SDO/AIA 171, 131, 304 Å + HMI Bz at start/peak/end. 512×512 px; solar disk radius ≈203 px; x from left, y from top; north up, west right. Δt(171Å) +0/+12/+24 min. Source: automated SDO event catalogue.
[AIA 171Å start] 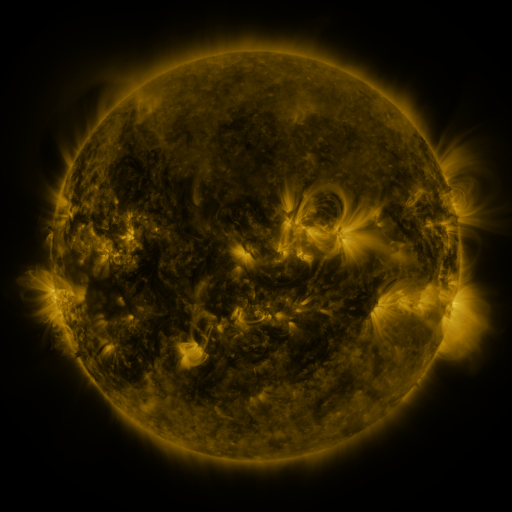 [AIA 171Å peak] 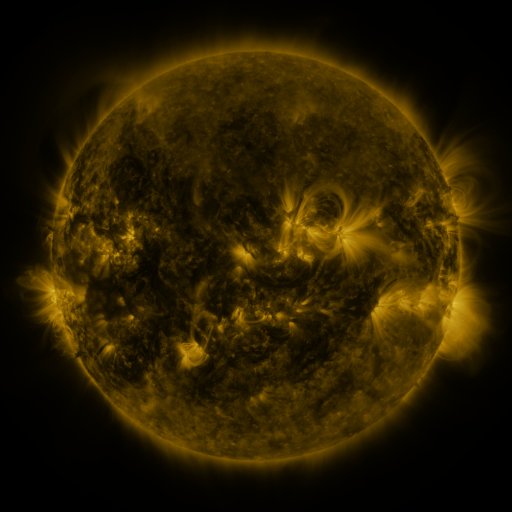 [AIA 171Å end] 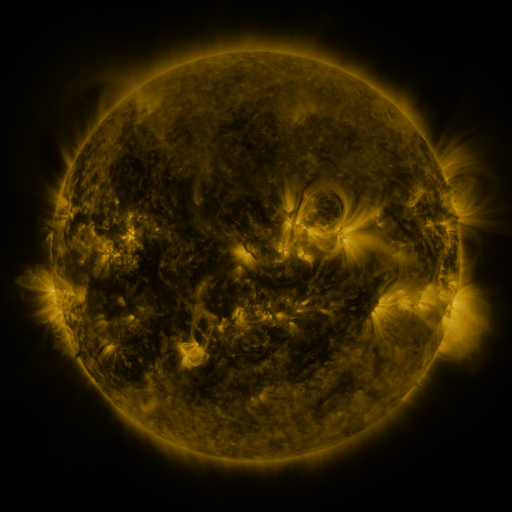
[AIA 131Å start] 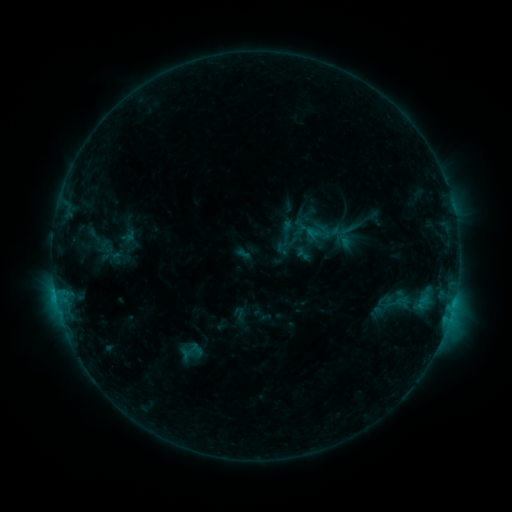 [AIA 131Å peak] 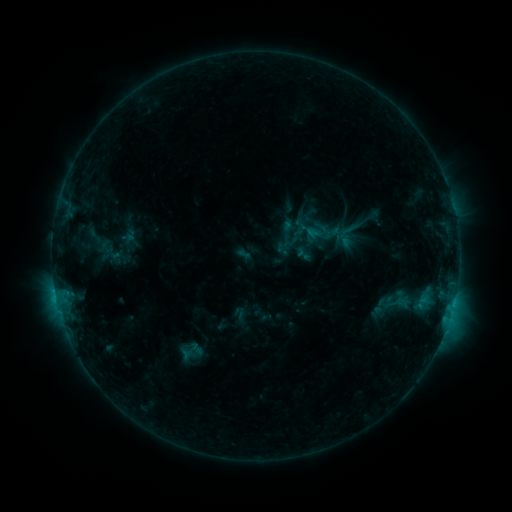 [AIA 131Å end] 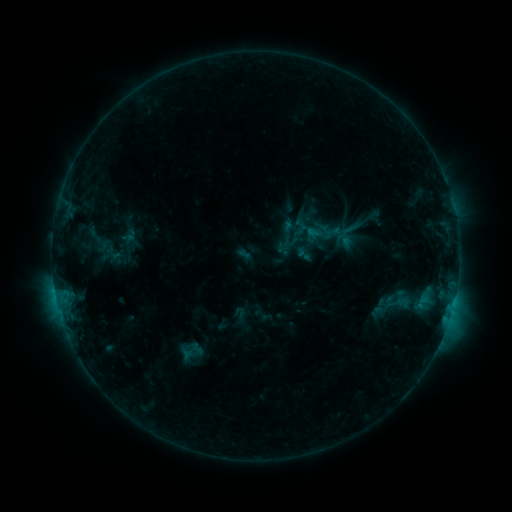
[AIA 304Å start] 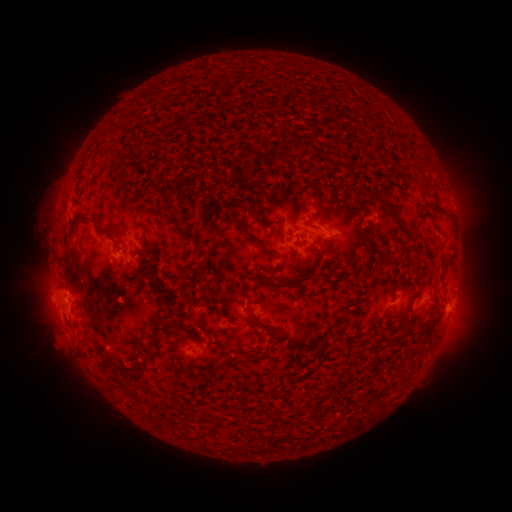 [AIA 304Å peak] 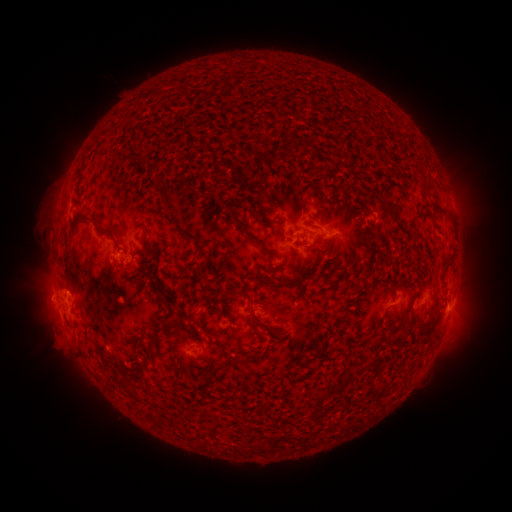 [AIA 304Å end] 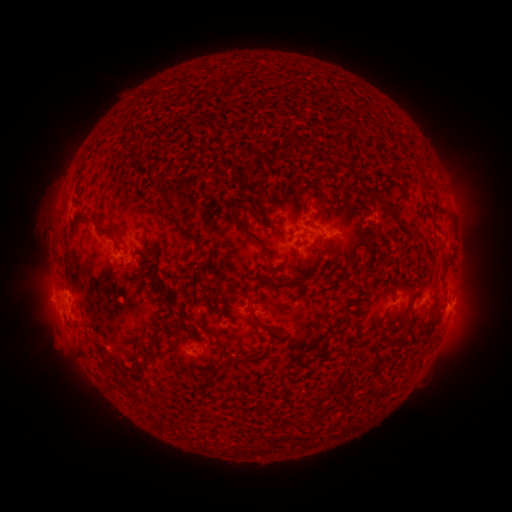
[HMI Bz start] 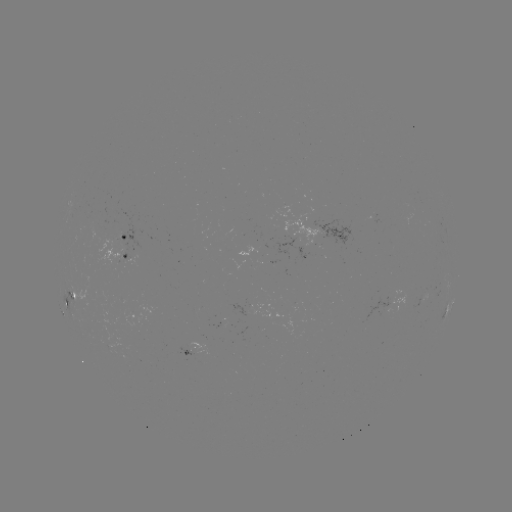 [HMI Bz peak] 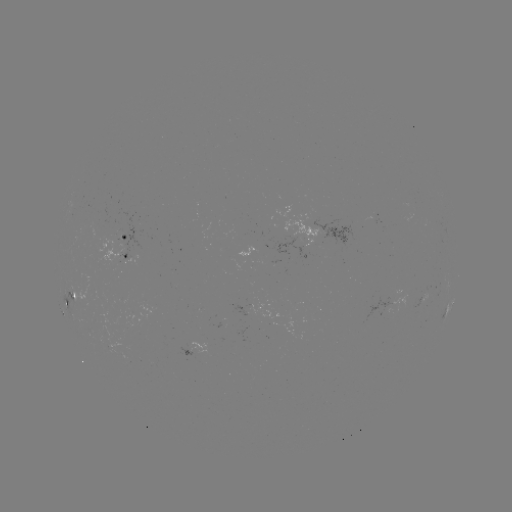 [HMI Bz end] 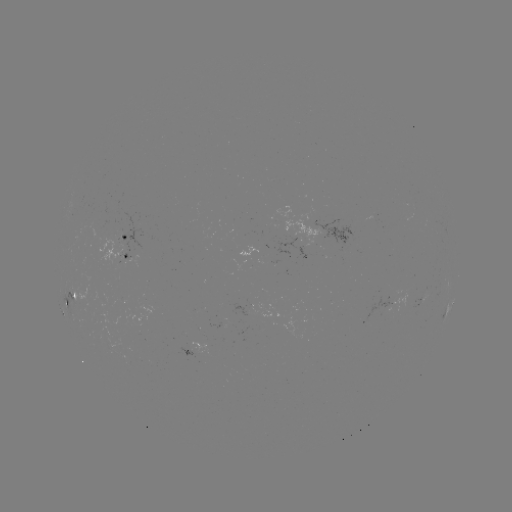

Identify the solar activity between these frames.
nothing was catalogued: no classed flare, no EUV trigger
